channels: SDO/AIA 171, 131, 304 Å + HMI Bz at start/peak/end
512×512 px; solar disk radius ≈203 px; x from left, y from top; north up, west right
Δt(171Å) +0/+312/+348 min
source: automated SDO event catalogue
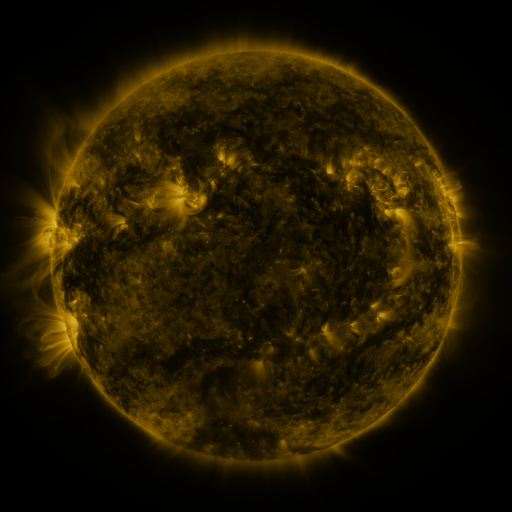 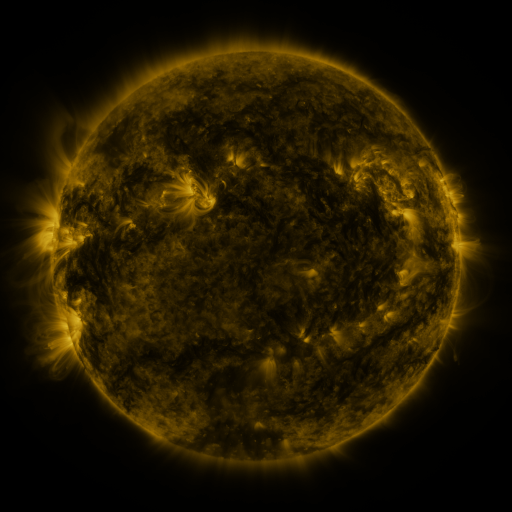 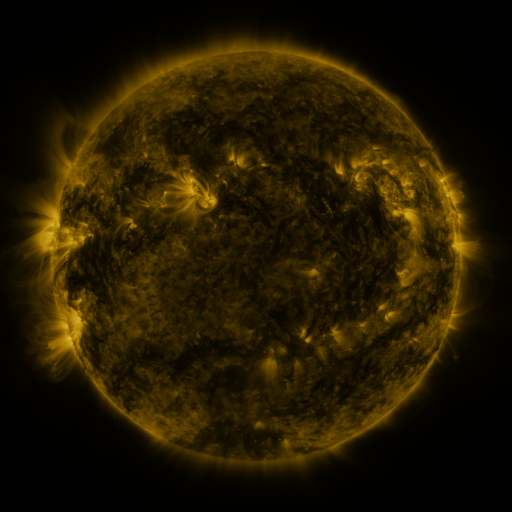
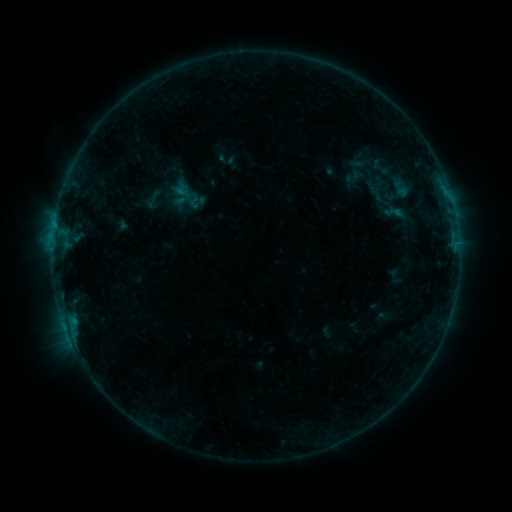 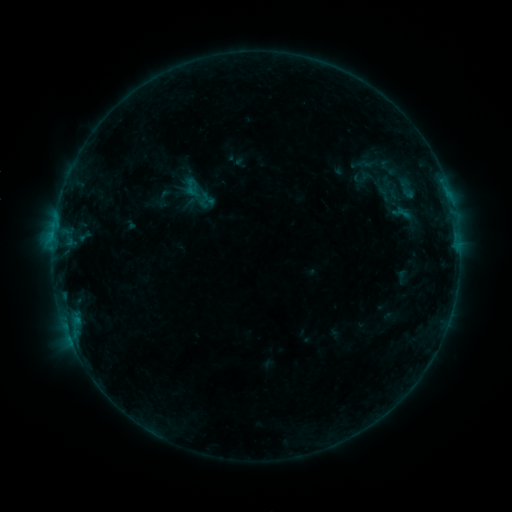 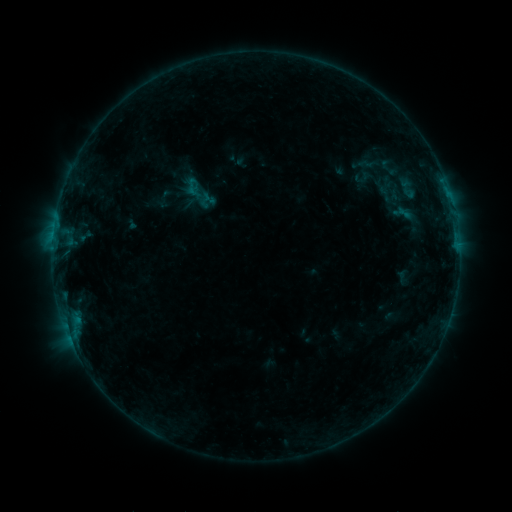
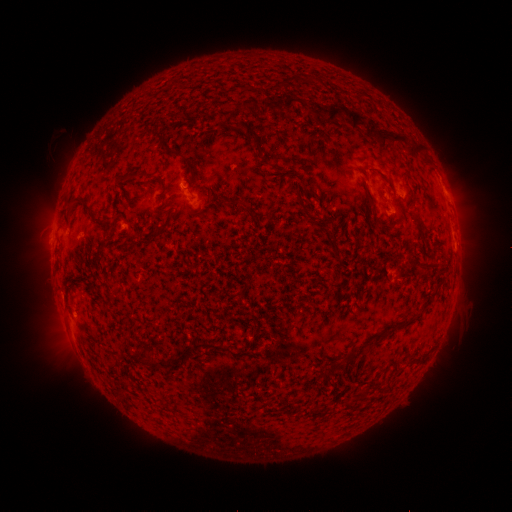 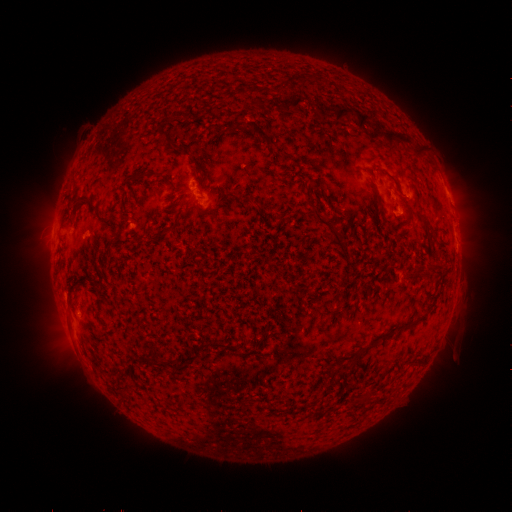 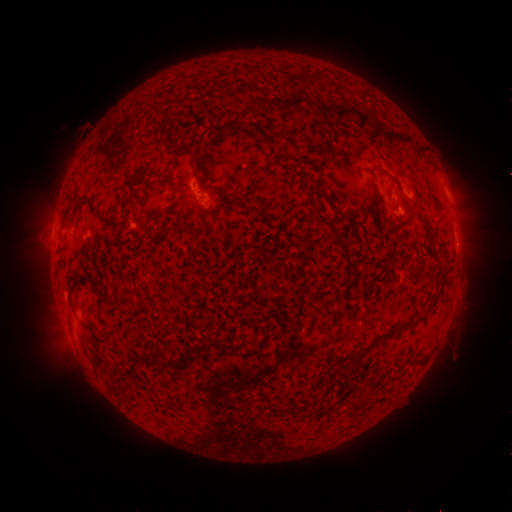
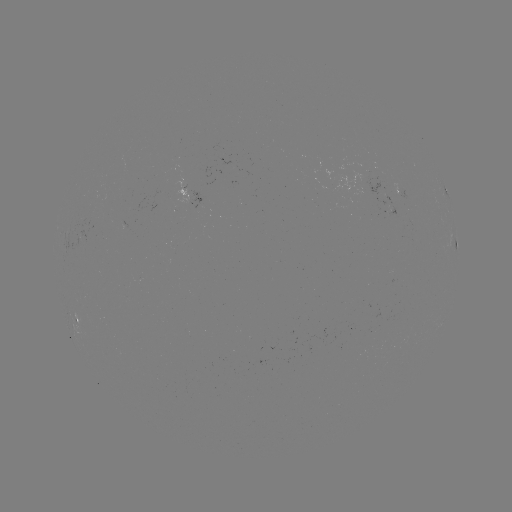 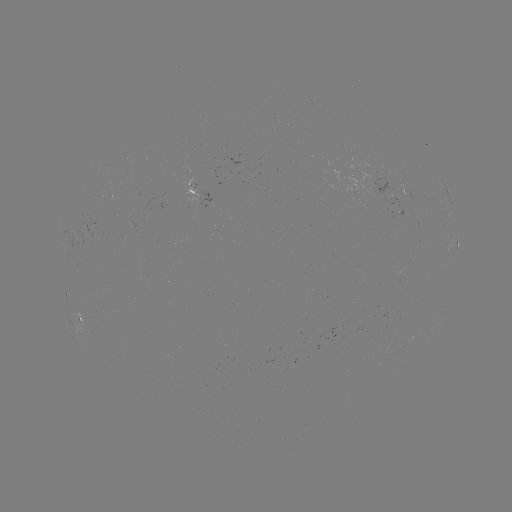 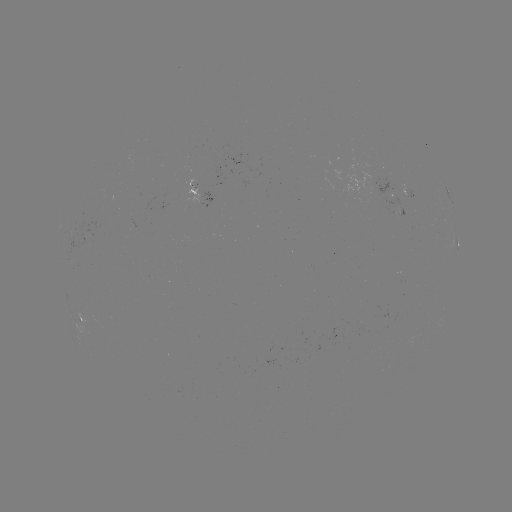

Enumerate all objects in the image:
emerging-flux region: (85, 238)
